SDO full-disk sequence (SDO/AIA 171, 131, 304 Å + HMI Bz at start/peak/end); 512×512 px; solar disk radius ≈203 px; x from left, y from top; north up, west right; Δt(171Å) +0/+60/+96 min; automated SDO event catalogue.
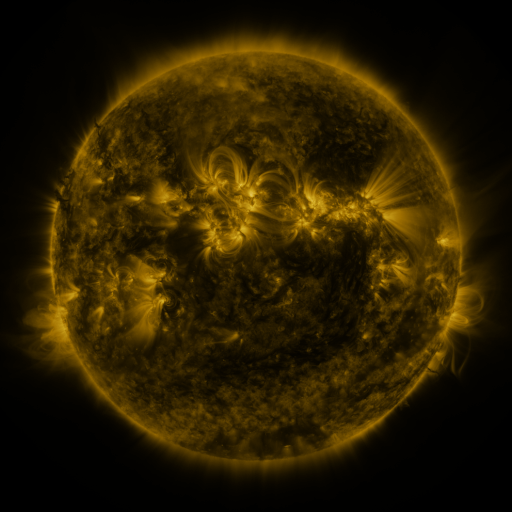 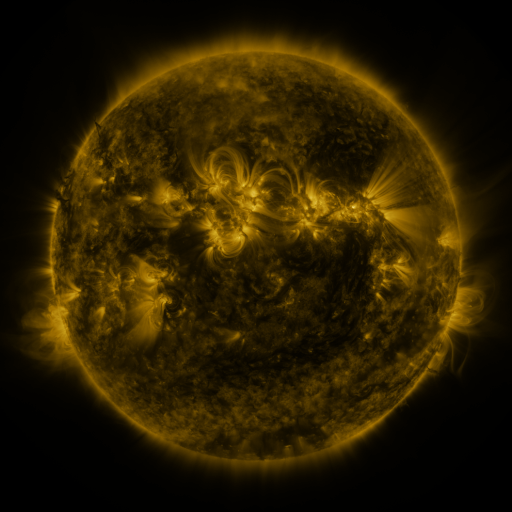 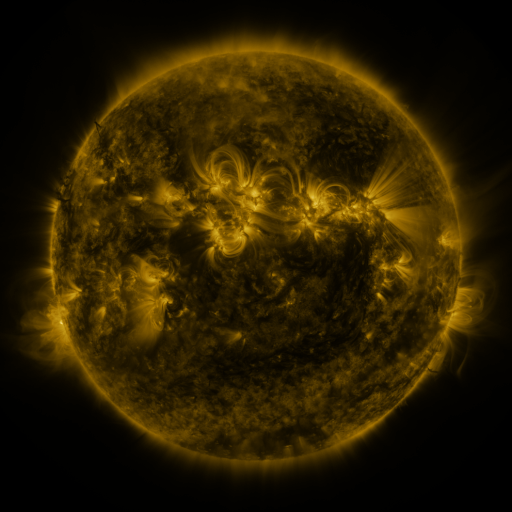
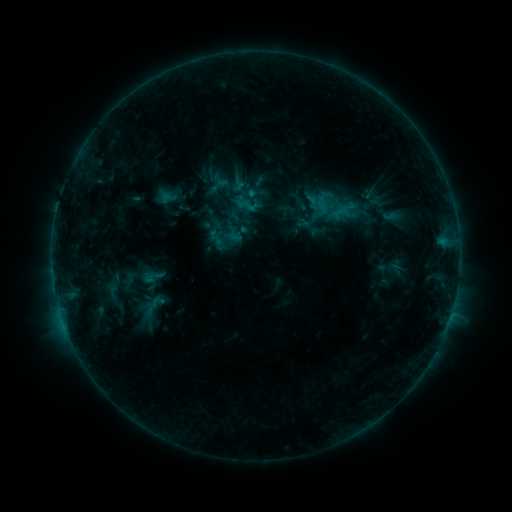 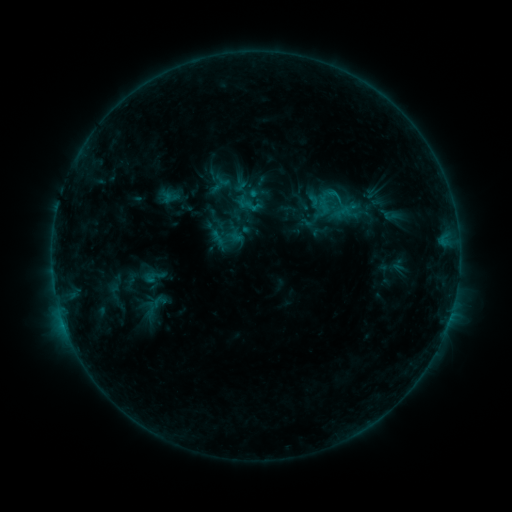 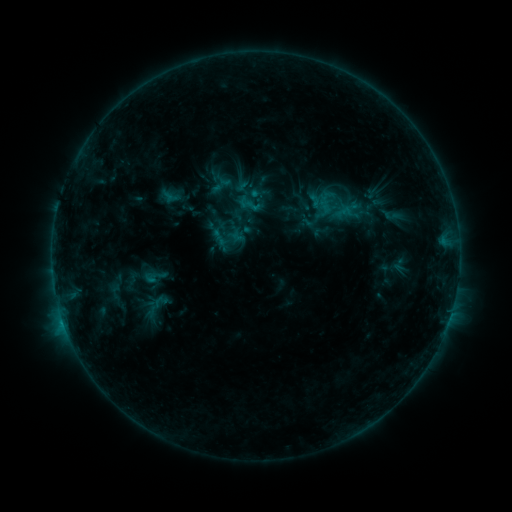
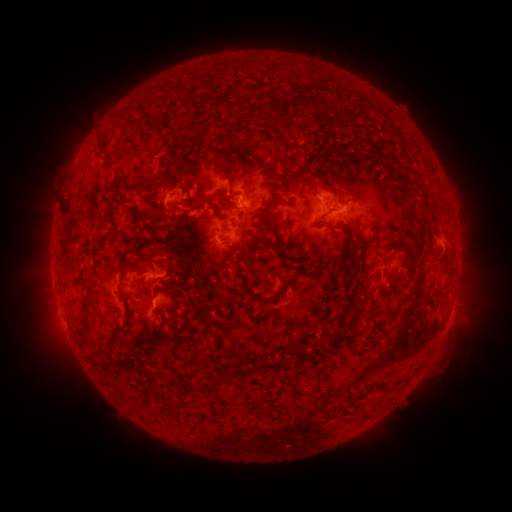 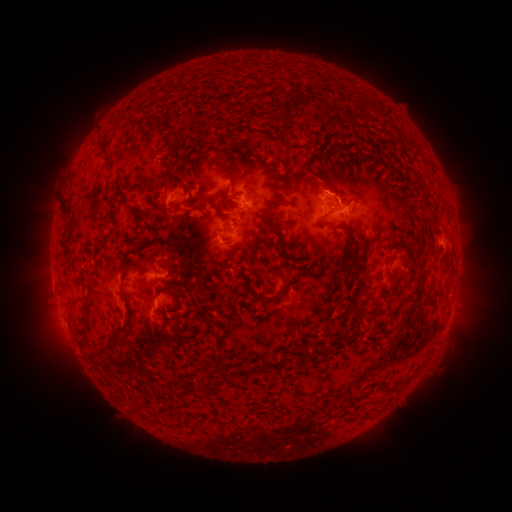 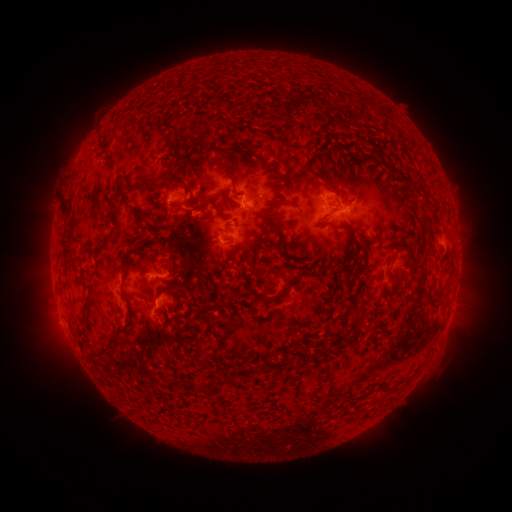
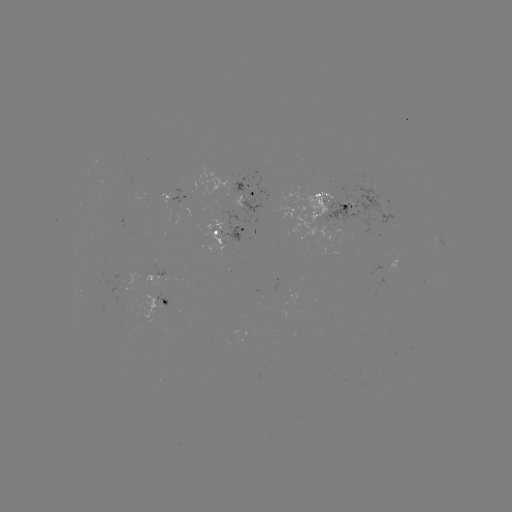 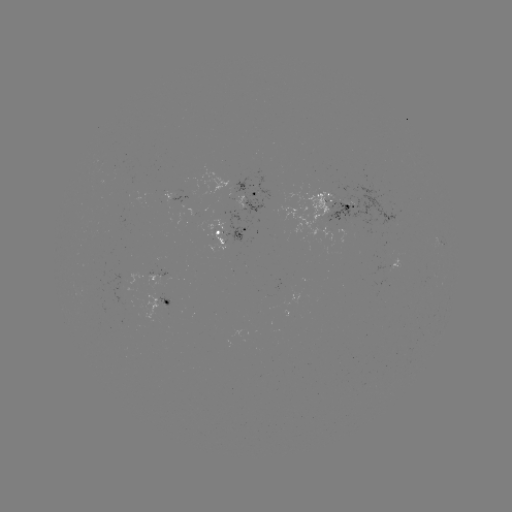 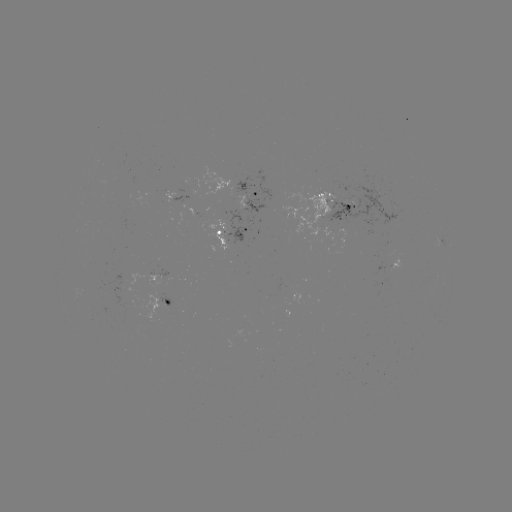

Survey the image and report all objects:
emerging-flux region: (325, 216)
